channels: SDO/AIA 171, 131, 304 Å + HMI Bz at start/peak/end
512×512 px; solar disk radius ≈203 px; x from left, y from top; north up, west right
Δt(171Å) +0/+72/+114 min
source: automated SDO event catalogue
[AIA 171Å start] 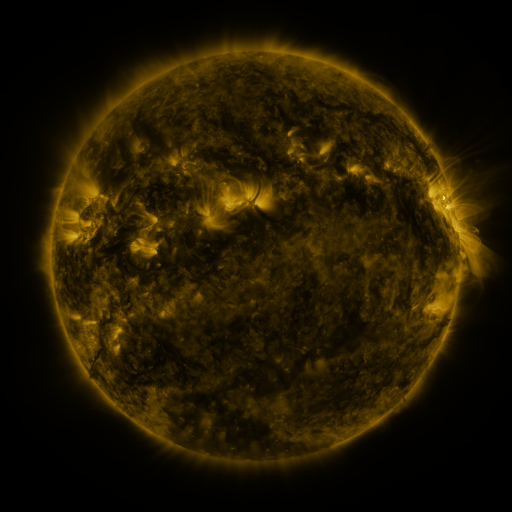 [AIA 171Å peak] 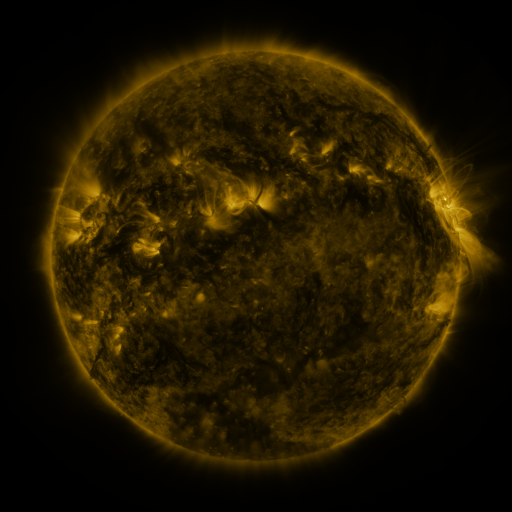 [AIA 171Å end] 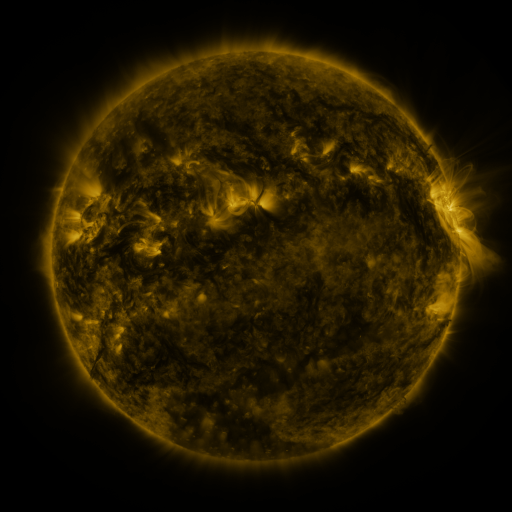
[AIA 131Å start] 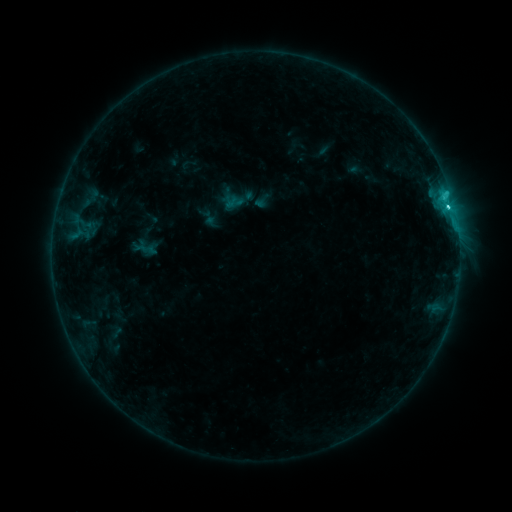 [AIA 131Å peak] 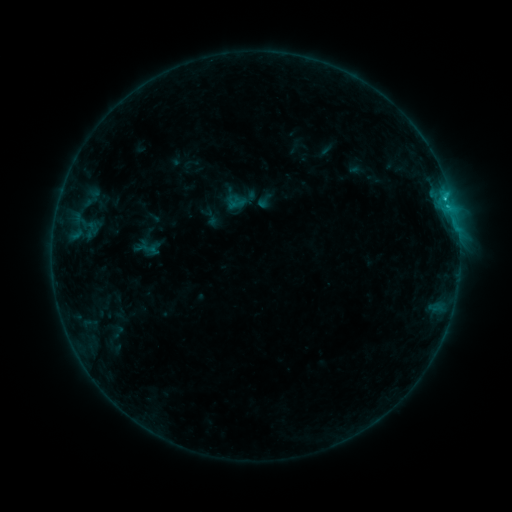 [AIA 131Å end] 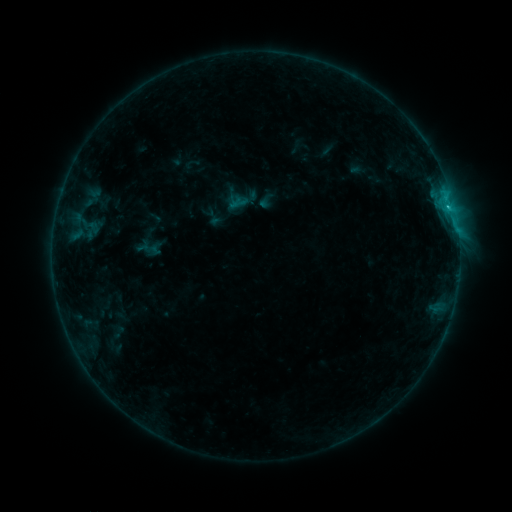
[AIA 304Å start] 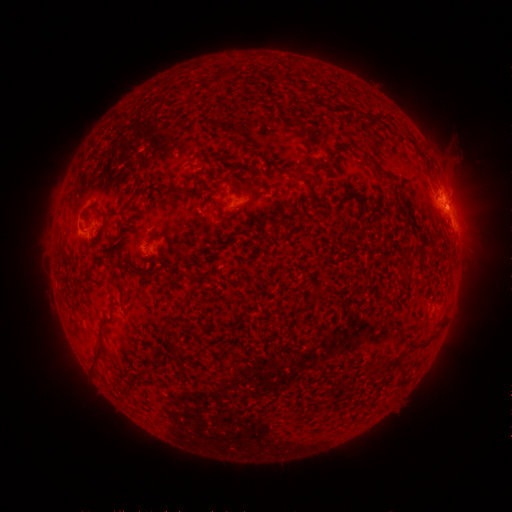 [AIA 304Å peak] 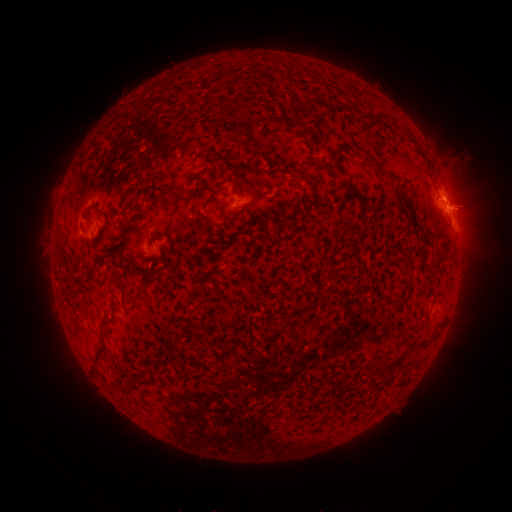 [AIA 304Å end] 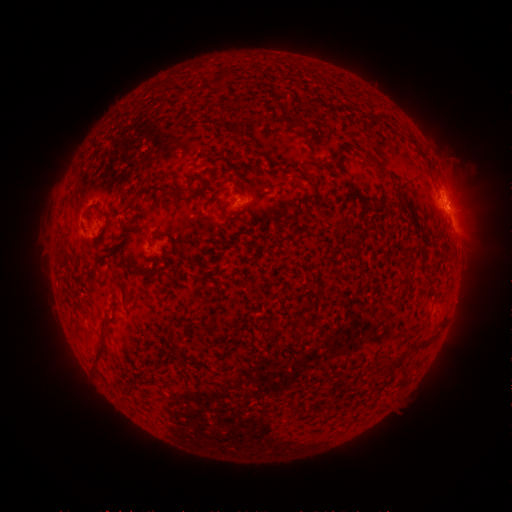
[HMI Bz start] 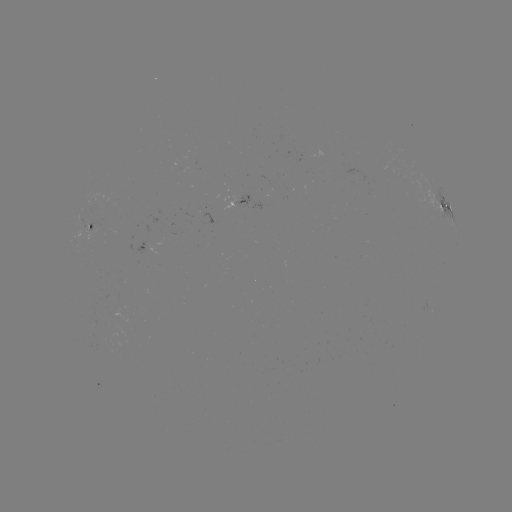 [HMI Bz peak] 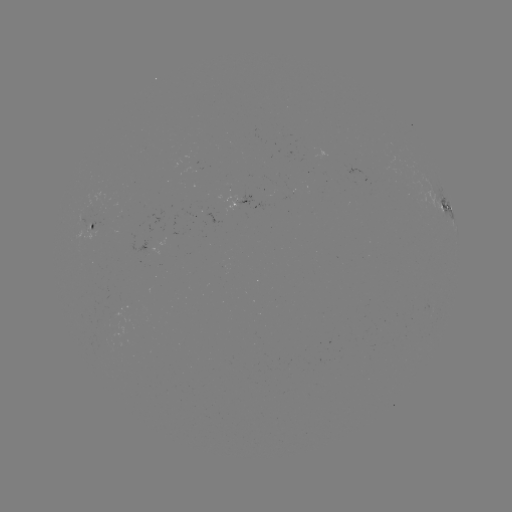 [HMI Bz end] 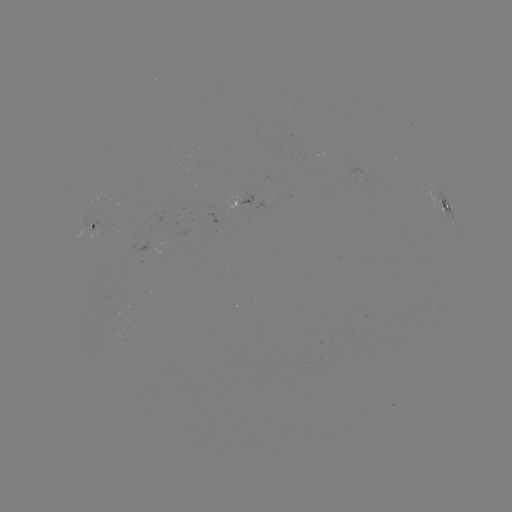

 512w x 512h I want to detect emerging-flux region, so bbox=[81, 222, 98, 239].